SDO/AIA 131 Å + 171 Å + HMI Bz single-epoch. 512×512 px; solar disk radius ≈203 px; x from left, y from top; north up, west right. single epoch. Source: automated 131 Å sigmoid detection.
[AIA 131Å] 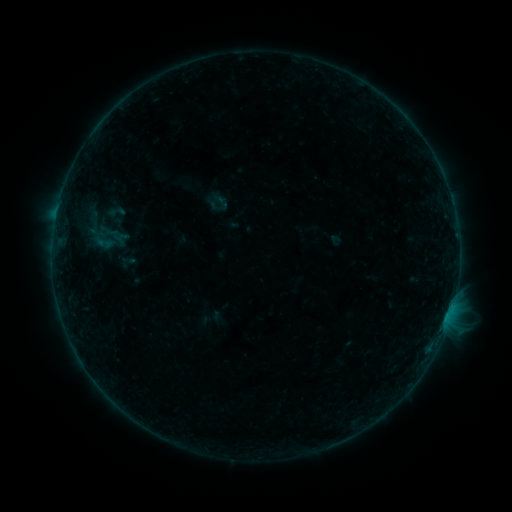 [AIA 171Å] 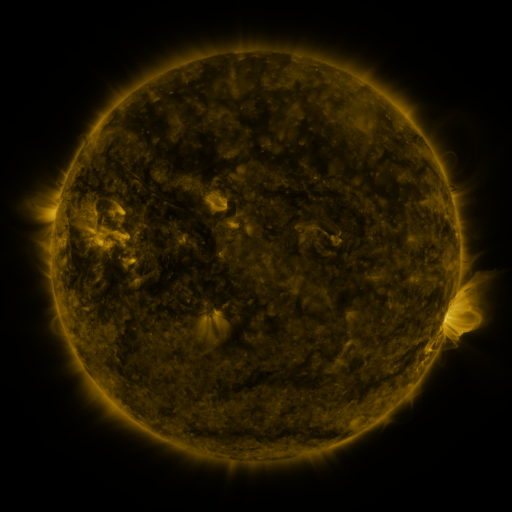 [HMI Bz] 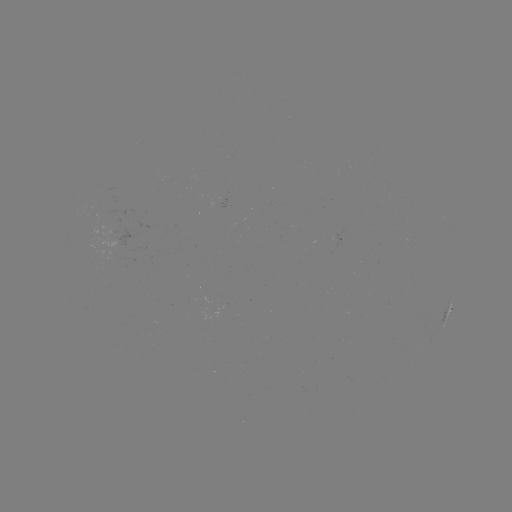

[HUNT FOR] sigmoid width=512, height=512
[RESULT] (116, 212)